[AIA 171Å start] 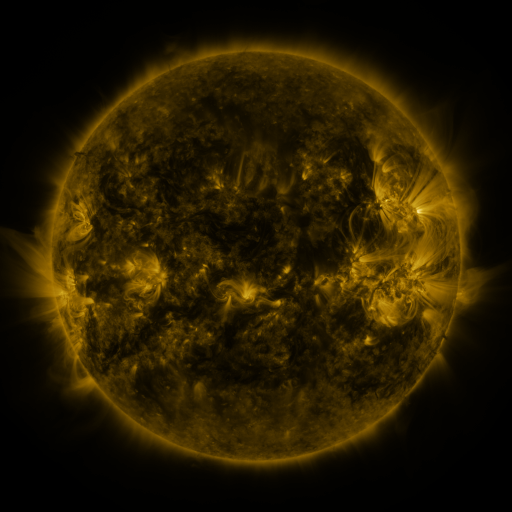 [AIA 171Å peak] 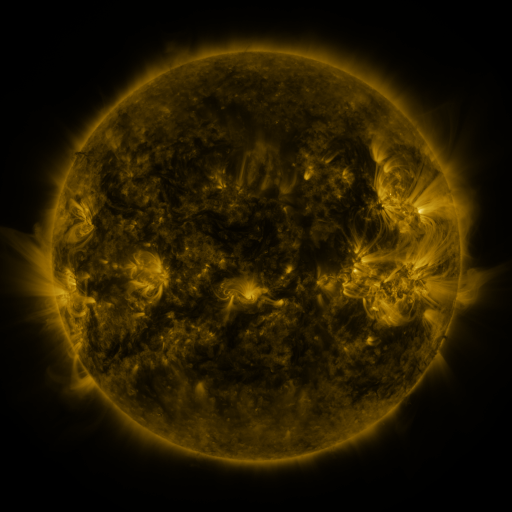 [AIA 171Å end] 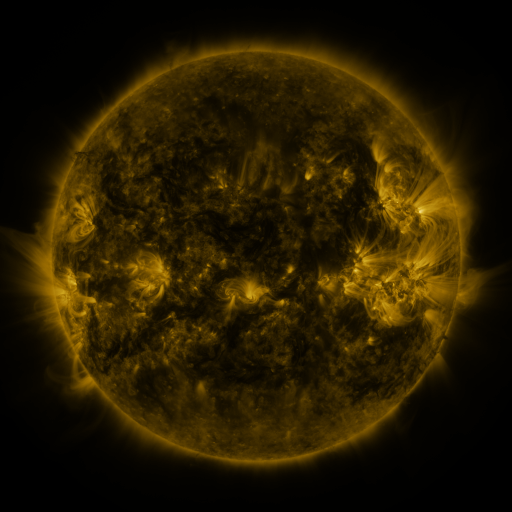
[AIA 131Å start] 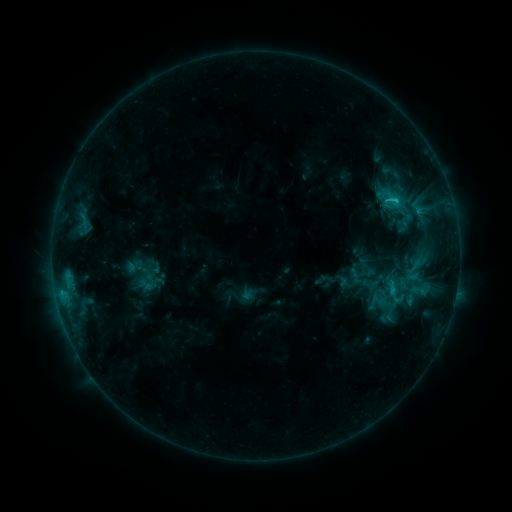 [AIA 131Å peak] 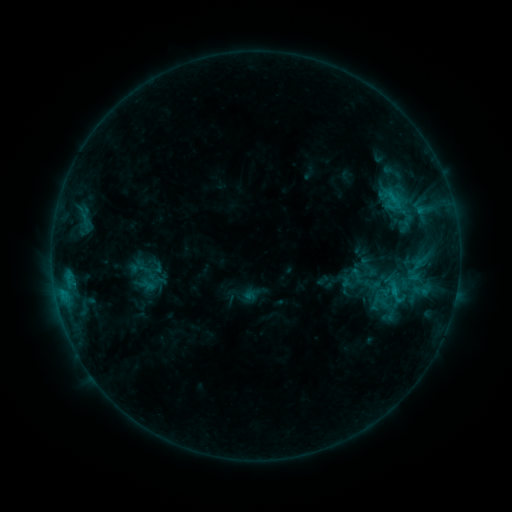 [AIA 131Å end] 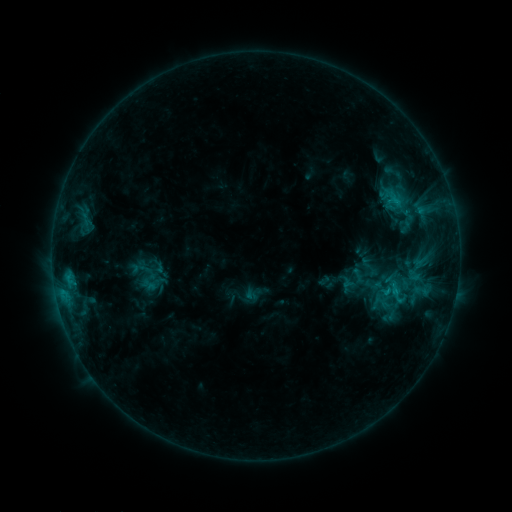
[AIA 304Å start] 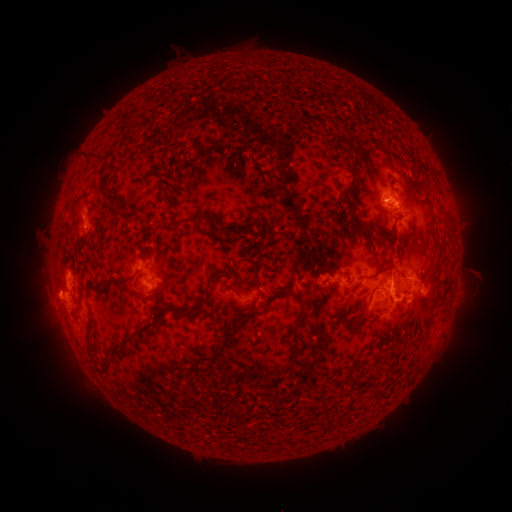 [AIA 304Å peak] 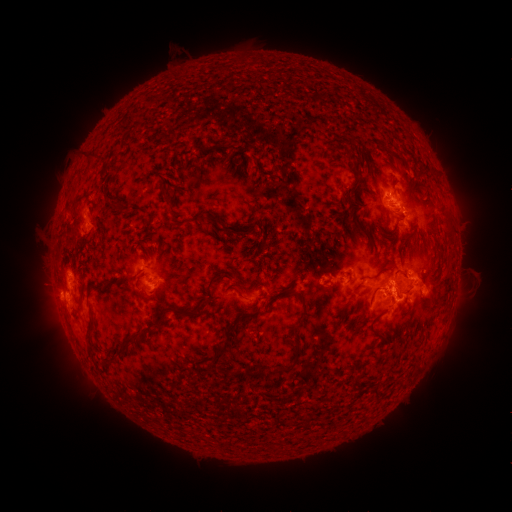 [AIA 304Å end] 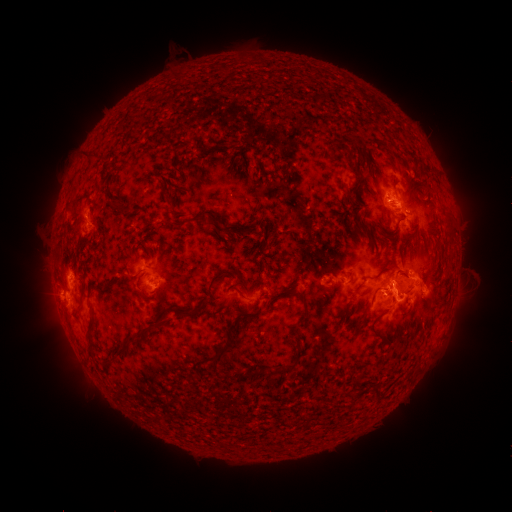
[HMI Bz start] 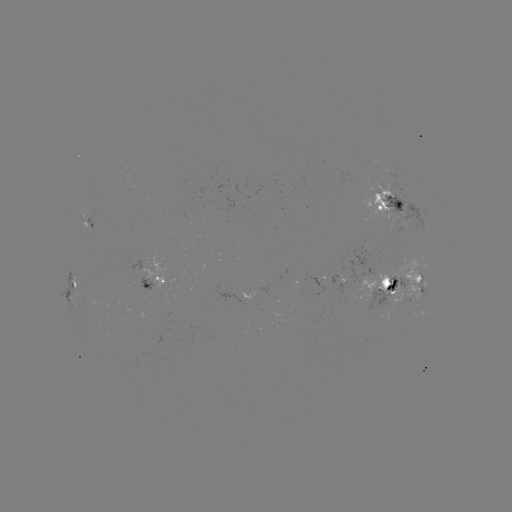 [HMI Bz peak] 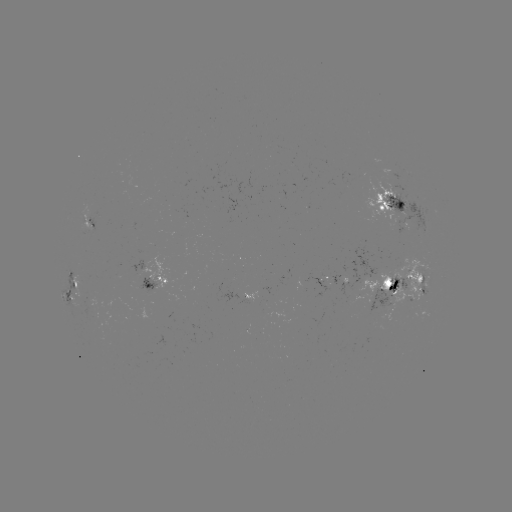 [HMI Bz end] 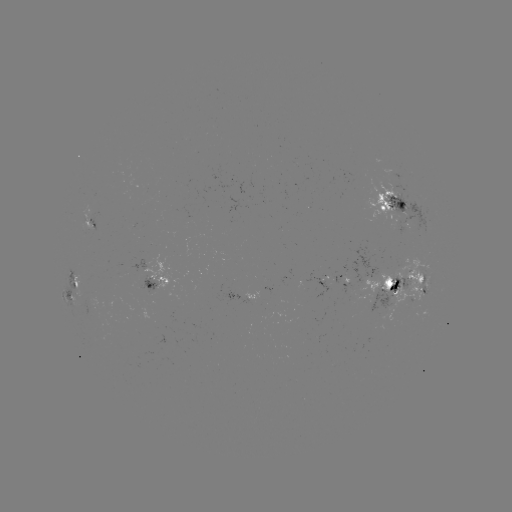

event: emerging-flux region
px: (150, 290)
